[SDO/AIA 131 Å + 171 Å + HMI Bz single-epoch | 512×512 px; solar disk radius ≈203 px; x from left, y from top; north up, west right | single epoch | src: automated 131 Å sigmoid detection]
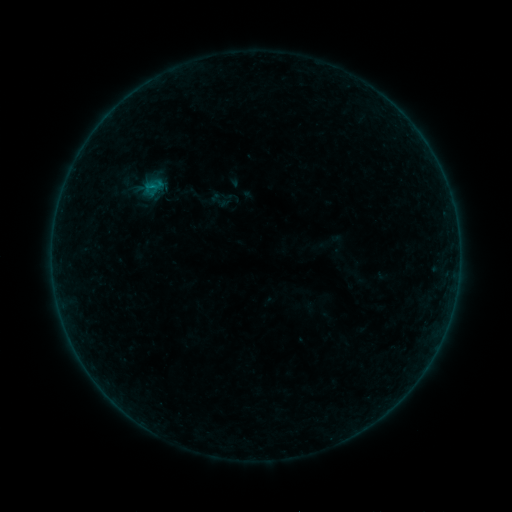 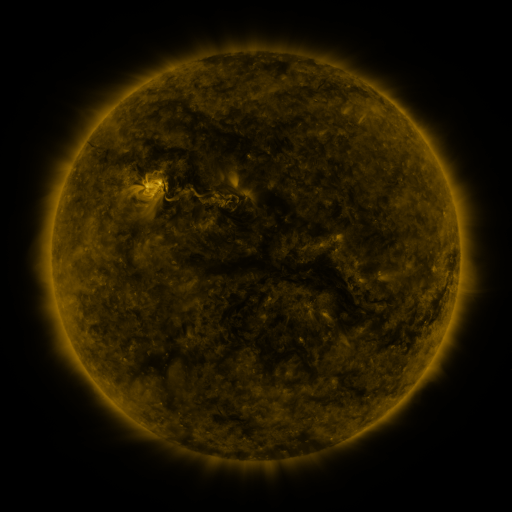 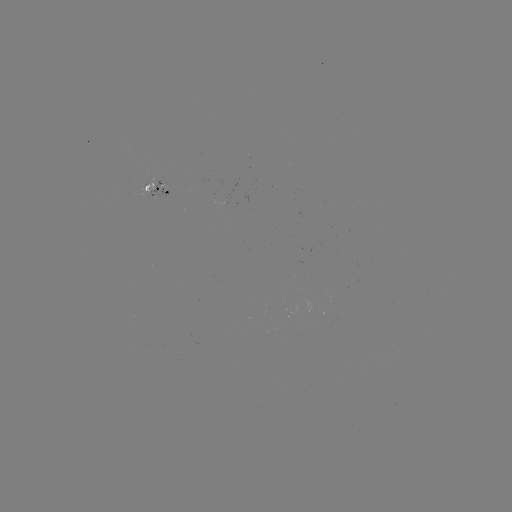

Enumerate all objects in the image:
sigmoid: (228, 201)
